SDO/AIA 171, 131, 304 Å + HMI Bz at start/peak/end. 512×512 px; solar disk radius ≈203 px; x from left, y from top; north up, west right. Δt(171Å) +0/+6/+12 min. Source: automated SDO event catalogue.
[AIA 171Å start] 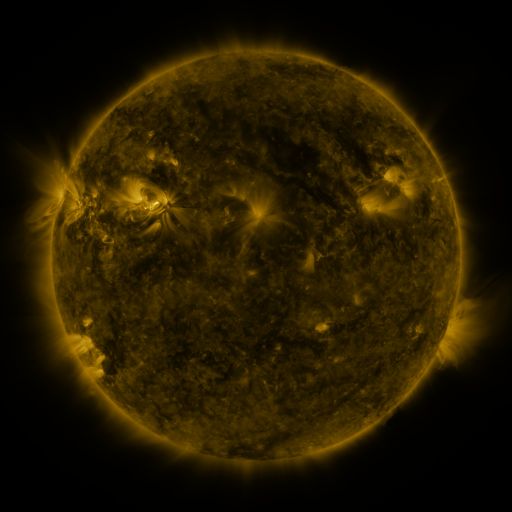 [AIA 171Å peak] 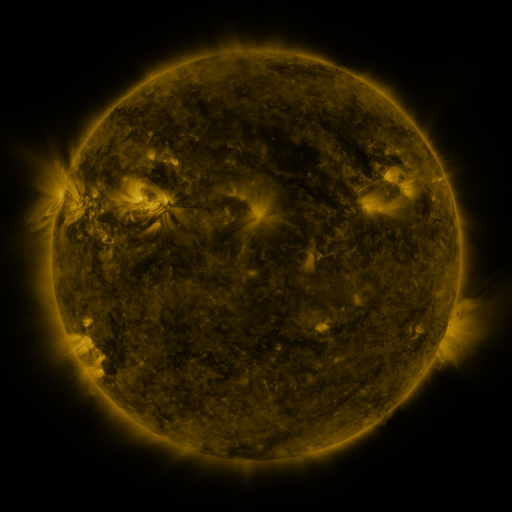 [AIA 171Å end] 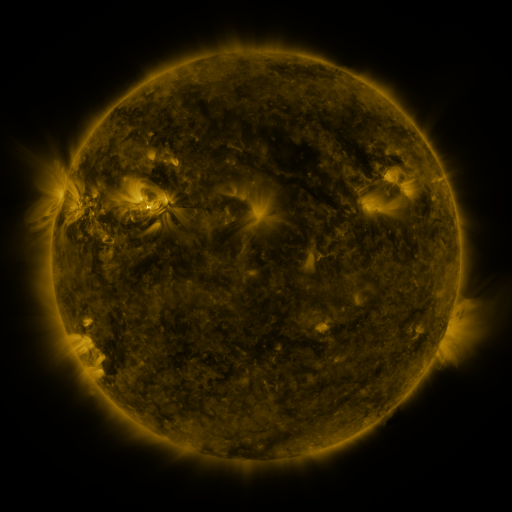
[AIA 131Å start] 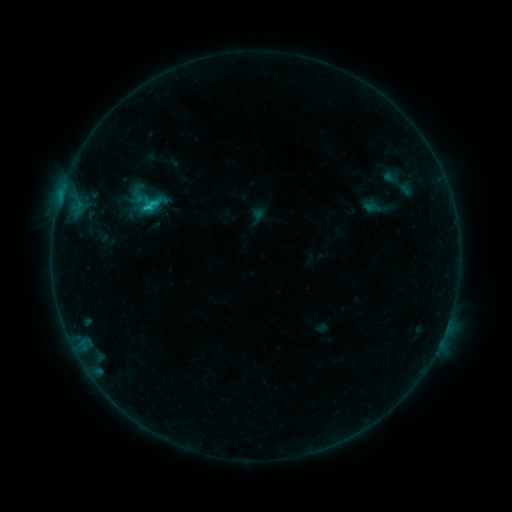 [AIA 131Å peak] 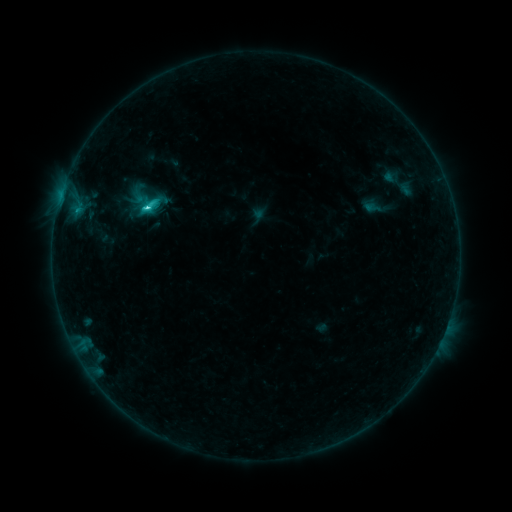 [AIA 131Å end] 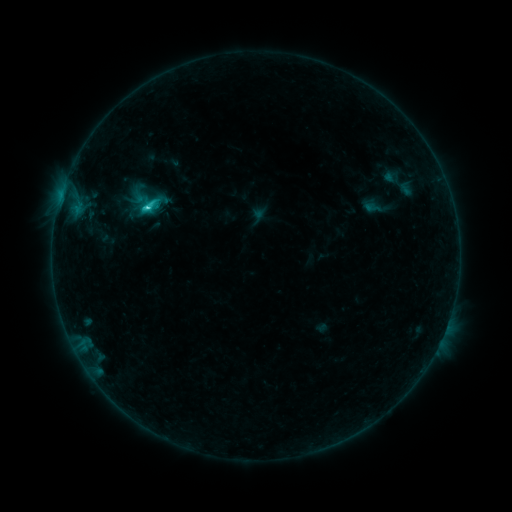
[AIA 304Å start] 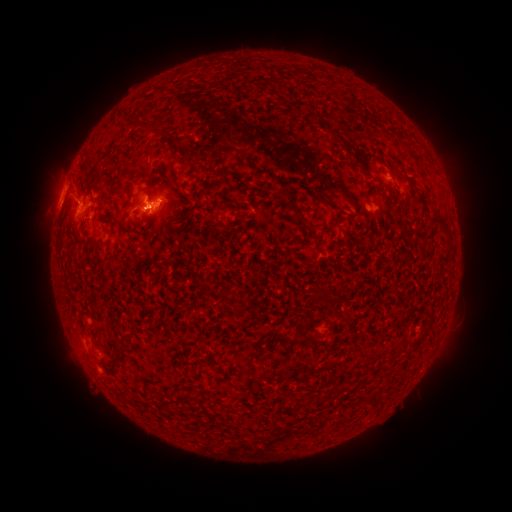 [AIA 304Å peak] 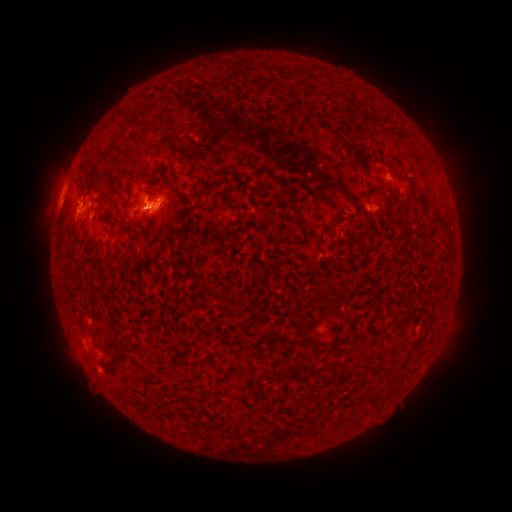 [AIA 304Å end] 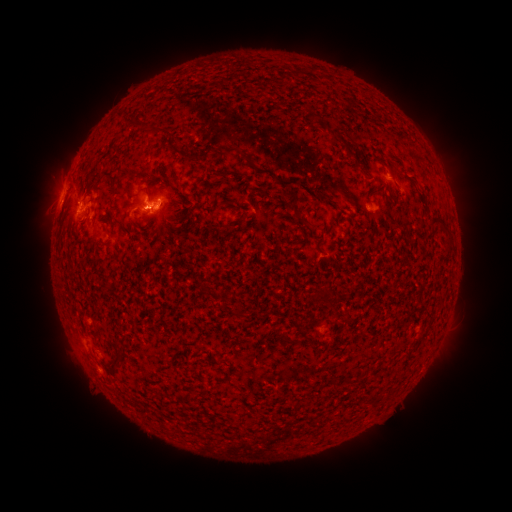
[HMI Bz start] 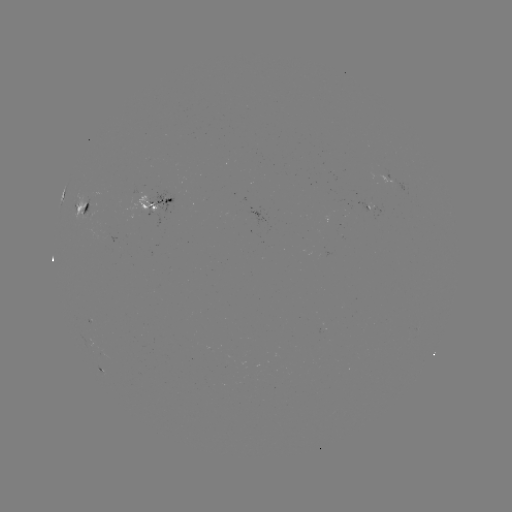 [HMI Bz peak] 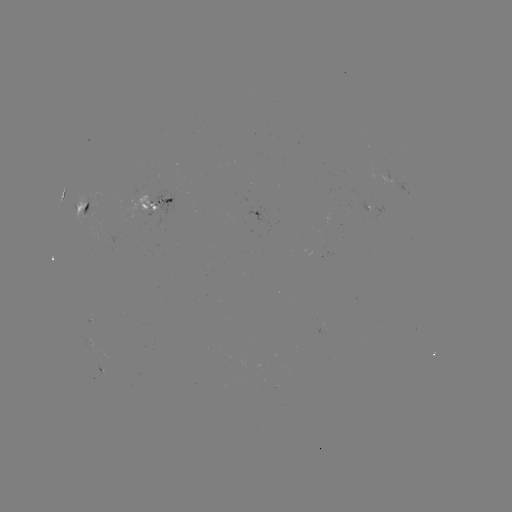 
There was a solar flare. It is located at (150, 208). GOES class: C2.5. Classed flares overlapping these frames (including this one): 1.